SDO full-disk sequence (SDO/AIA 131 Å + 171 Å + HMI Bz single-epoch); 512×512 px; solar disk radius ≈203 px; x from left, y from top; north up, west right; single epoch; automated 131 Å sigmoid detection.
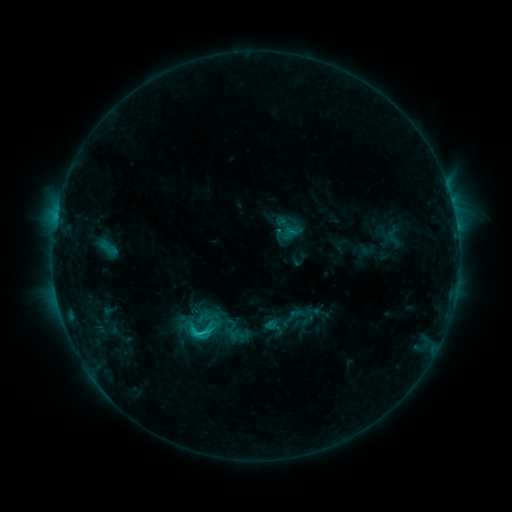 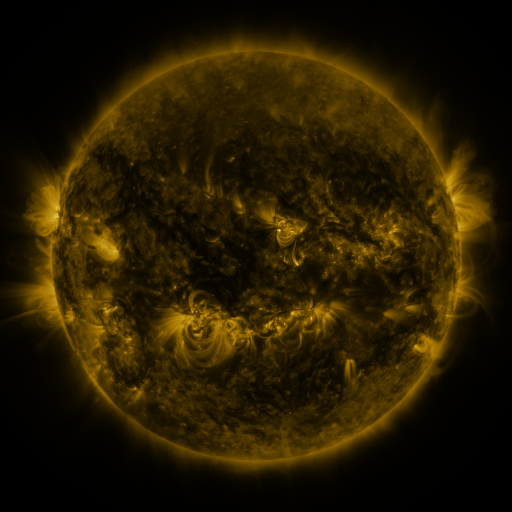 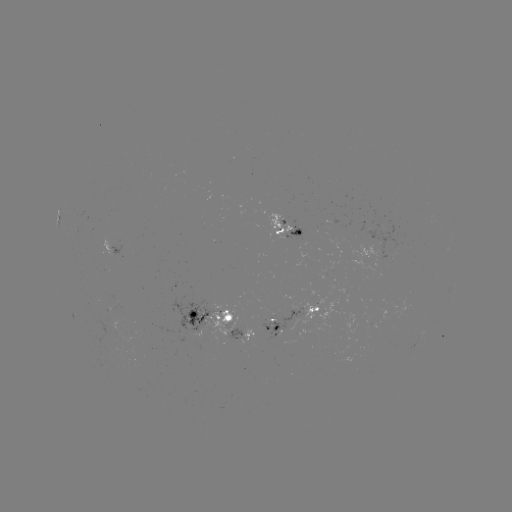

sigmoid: (179, 311, 221, 350)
